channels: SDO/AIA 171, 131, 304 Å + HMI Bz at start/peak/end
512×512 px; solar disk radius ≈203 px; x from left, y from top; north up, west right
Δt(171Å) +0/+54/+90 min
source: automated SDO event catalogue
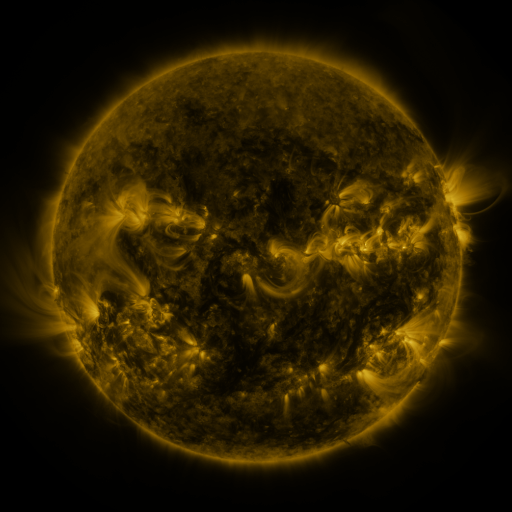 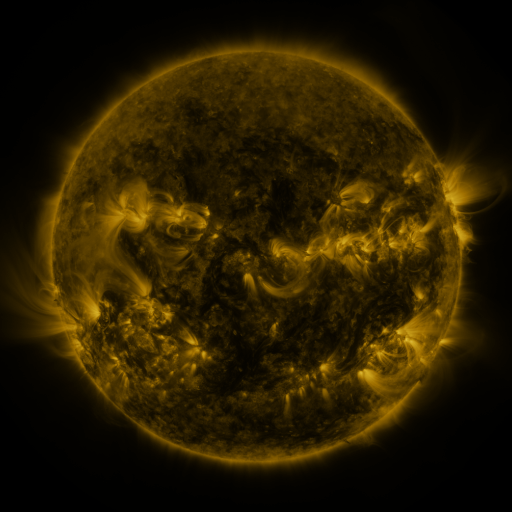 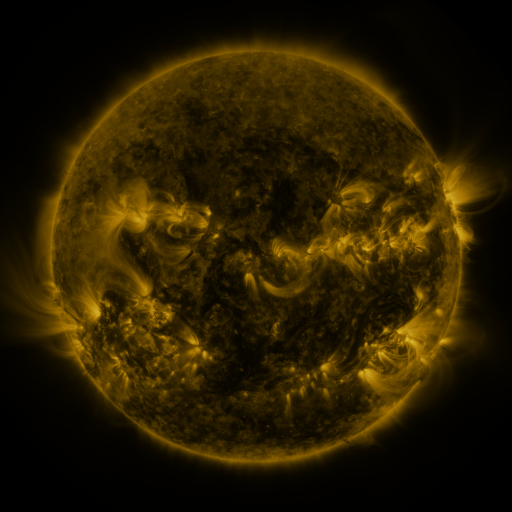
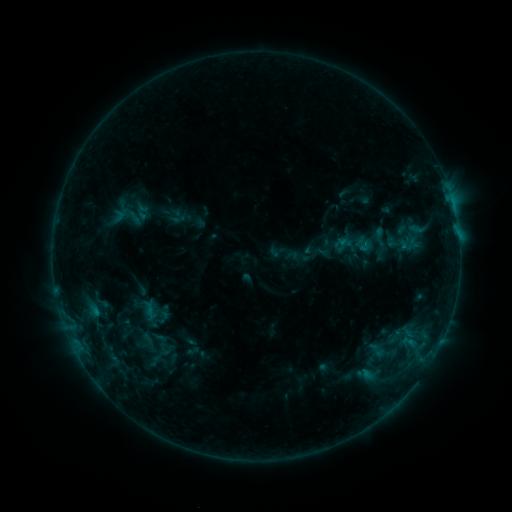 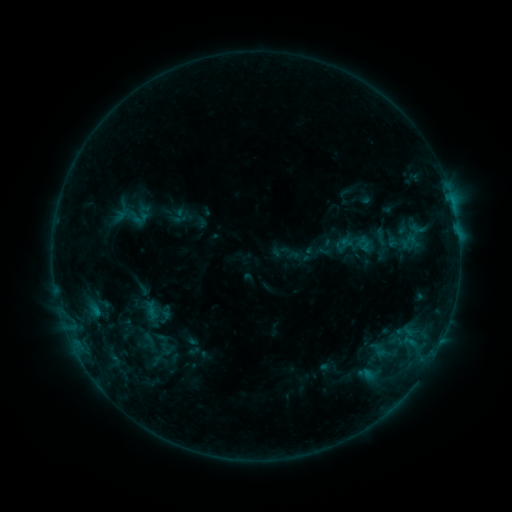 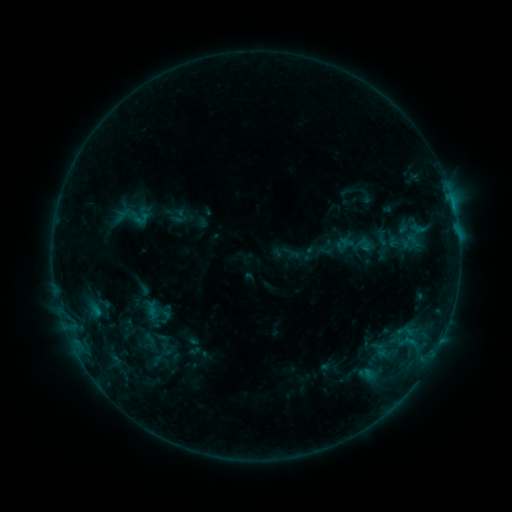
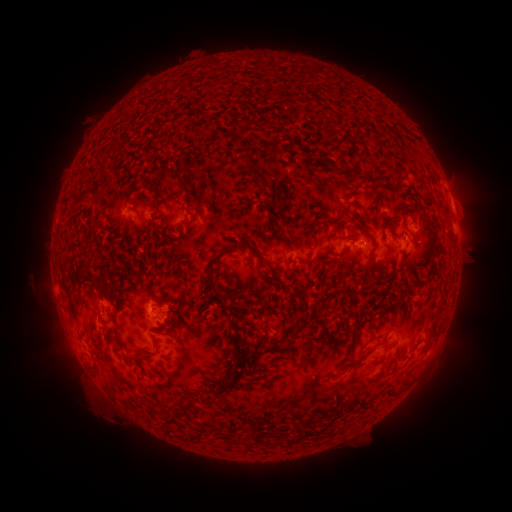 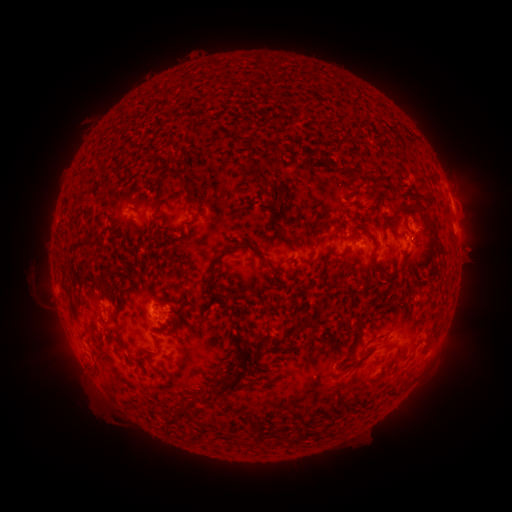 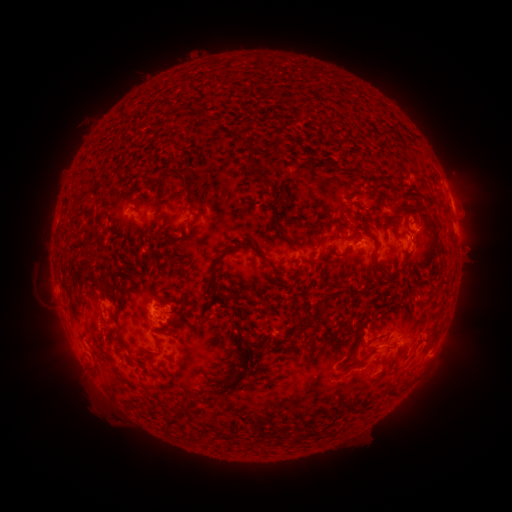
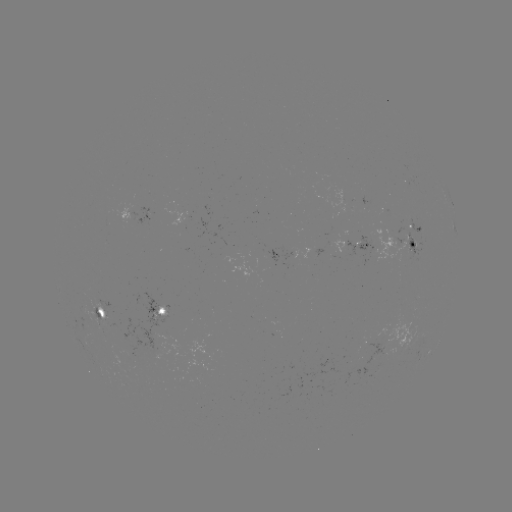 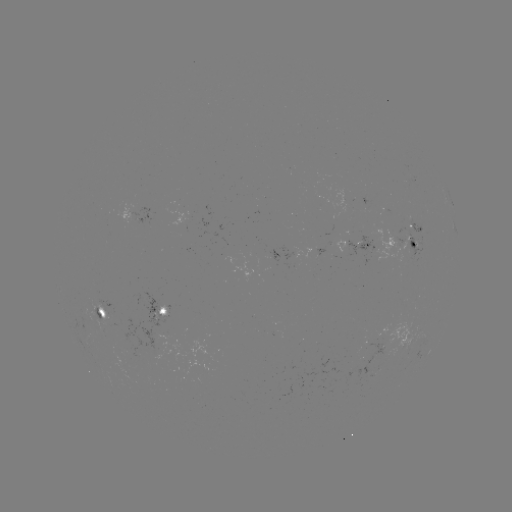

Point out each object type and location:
emerging-flux region: (376, 370)
